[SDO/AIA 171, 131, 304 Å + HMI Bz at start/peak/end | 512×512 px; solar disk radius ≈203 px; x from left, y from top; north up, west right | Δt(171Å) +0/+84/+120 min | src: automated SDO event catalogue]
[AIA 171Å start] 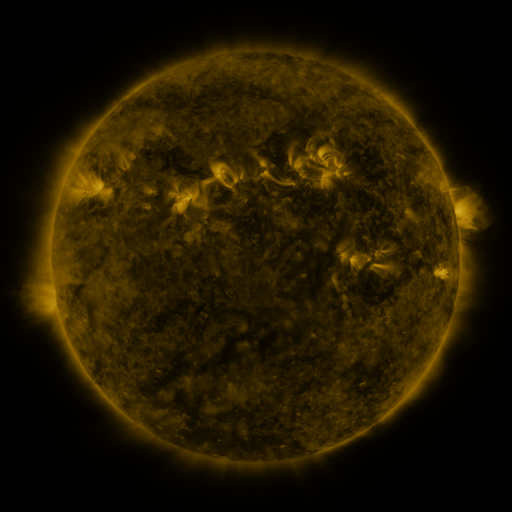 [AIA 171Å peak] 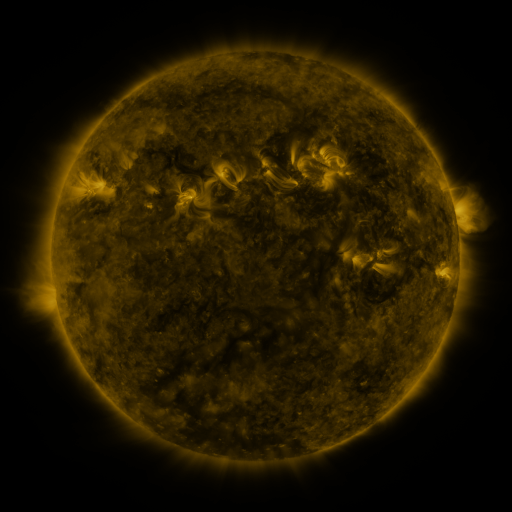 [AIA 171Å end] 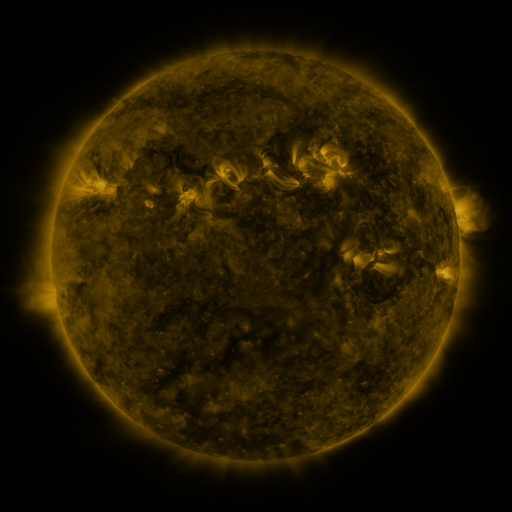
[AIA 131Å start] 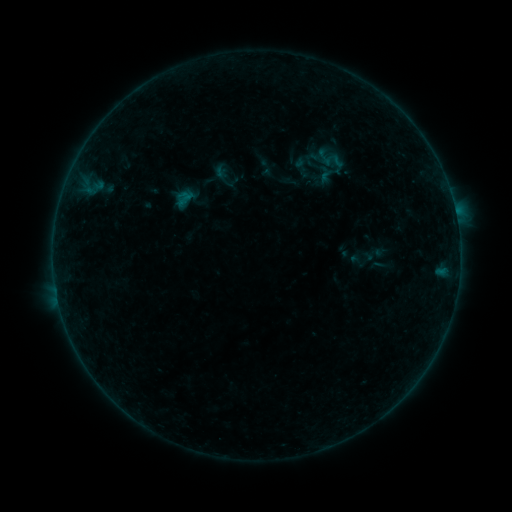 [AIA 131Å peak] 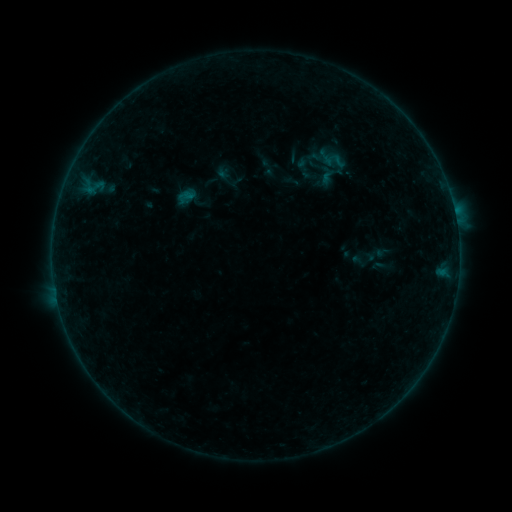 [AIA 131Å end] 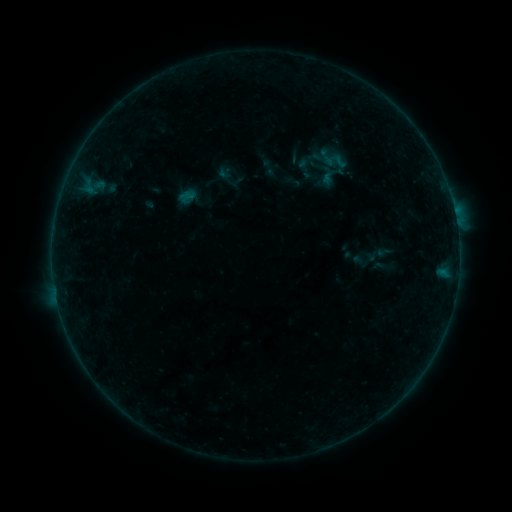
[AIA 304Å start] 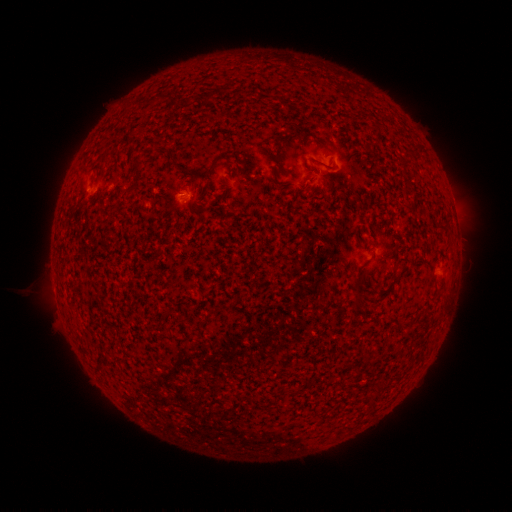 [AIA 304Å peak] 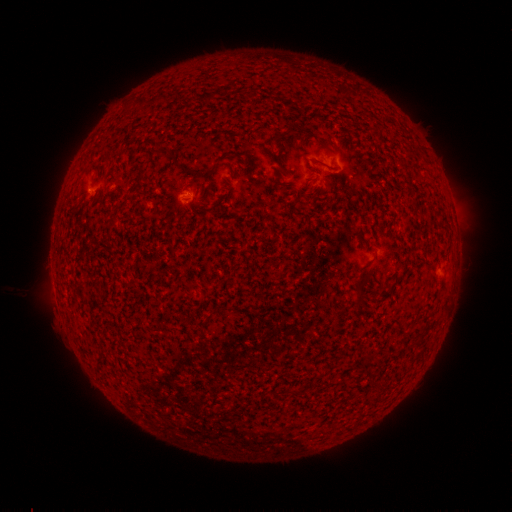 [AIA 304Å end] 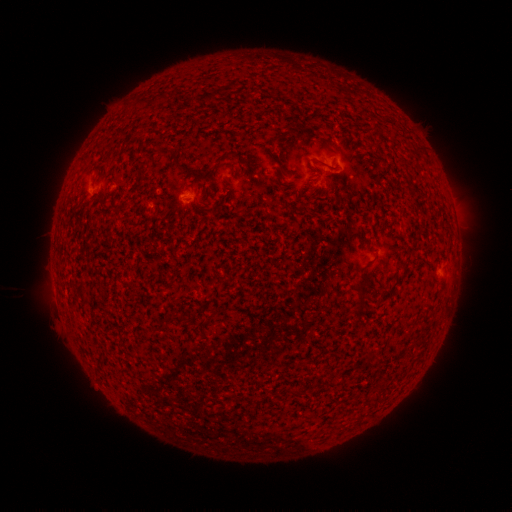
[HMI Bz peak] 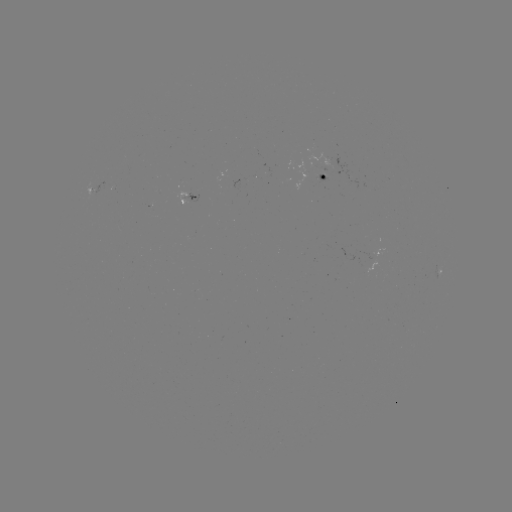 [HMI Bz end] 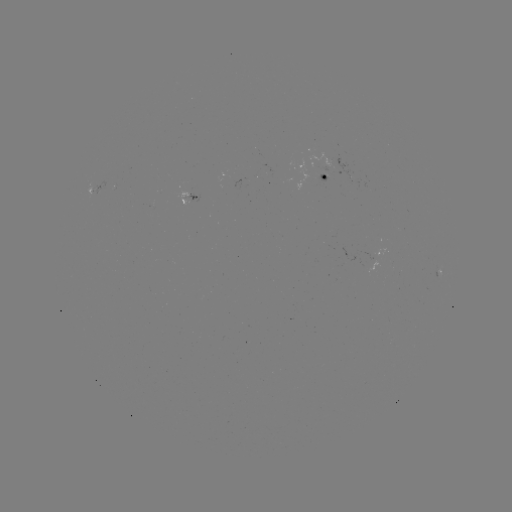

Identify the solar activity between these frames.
emerging-flux region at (265, 170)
